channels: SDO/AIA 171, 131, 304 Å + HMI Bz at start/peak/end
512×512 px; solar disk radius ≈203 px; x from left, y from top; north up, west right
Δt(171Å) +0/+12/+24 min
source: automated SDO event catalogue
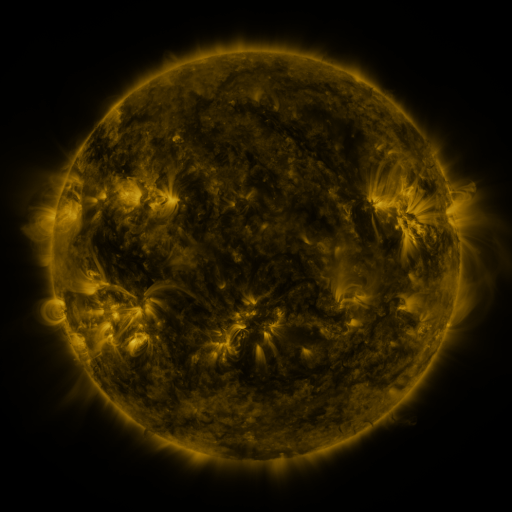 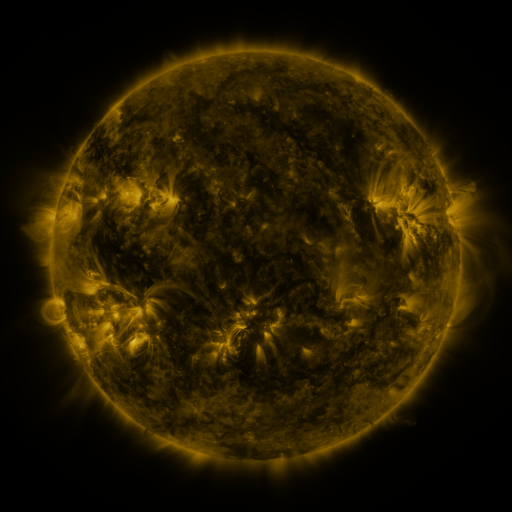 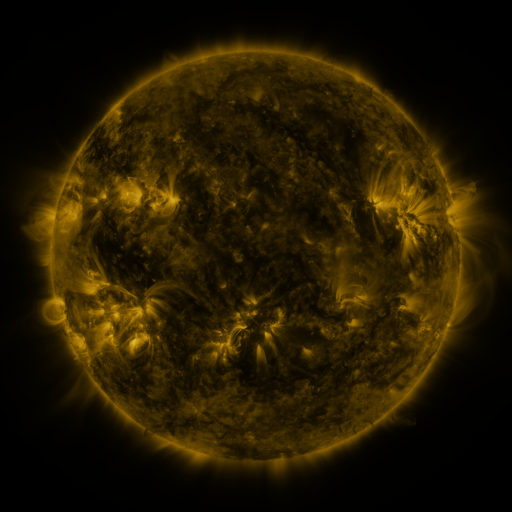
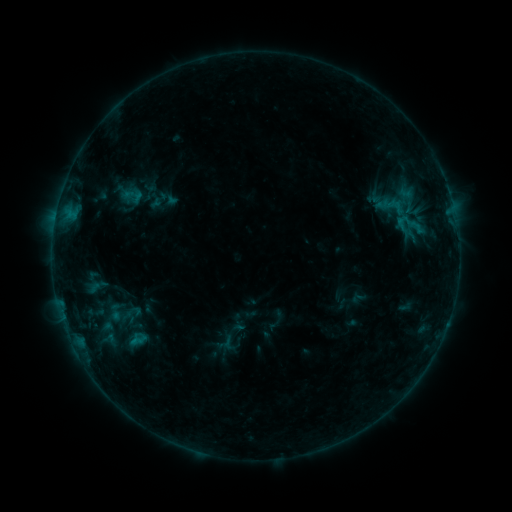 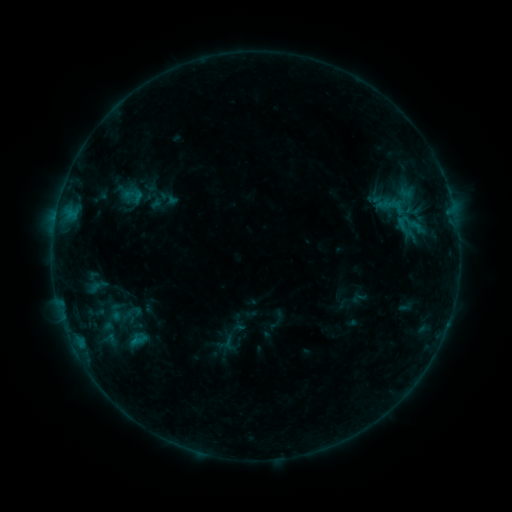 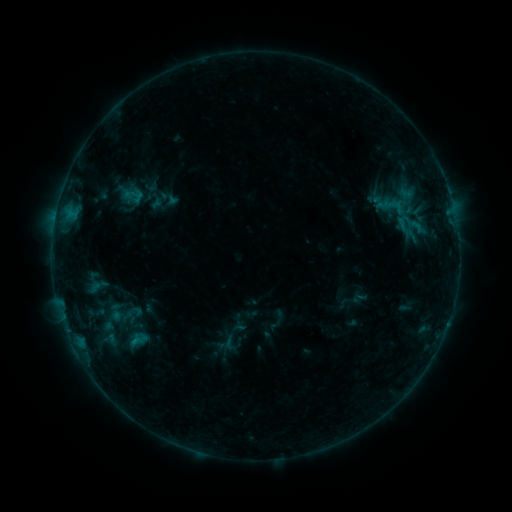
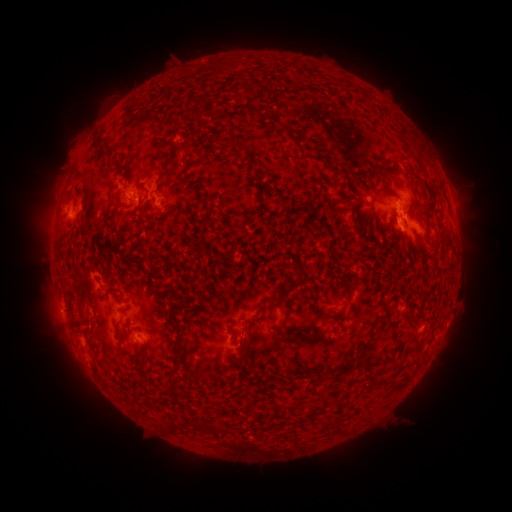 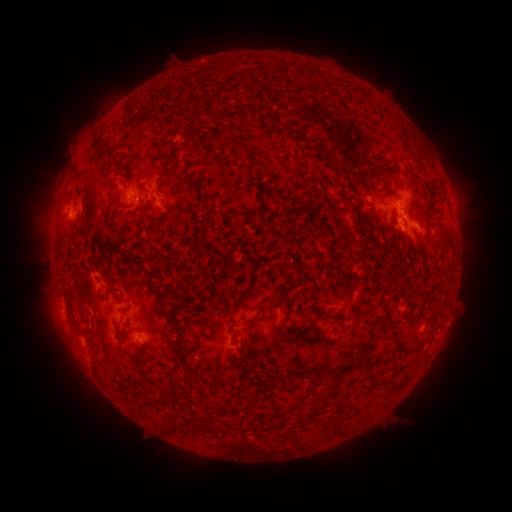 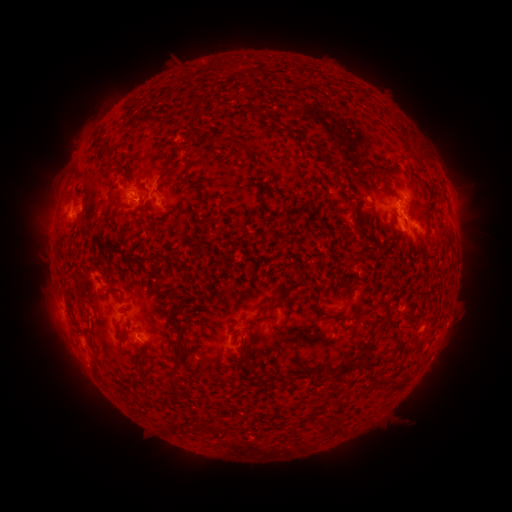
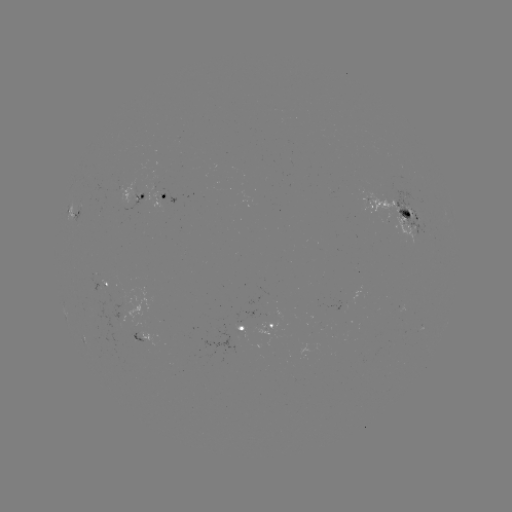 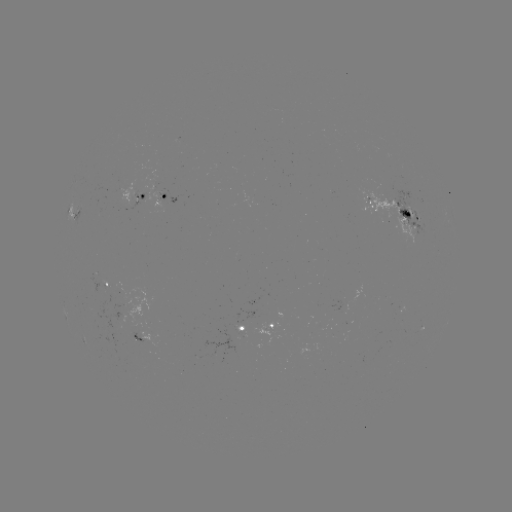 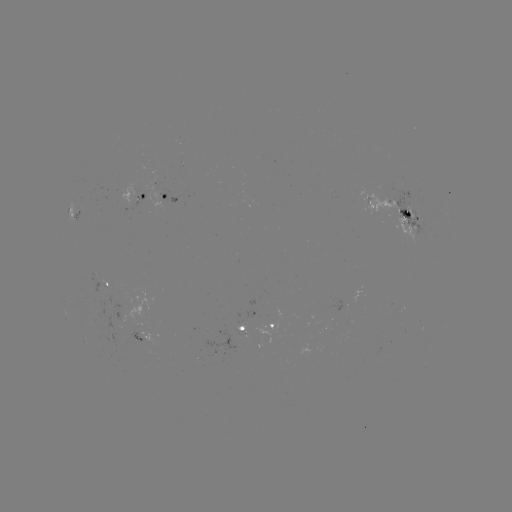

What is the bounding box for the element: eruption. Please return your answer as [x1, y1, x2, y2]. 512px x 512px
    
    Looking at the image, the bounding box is [48, 130, 90, 178].